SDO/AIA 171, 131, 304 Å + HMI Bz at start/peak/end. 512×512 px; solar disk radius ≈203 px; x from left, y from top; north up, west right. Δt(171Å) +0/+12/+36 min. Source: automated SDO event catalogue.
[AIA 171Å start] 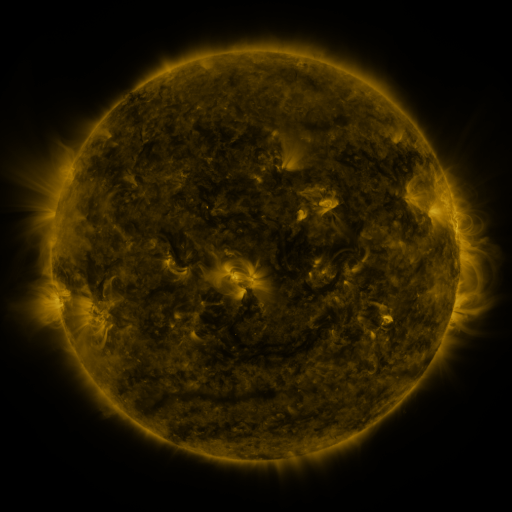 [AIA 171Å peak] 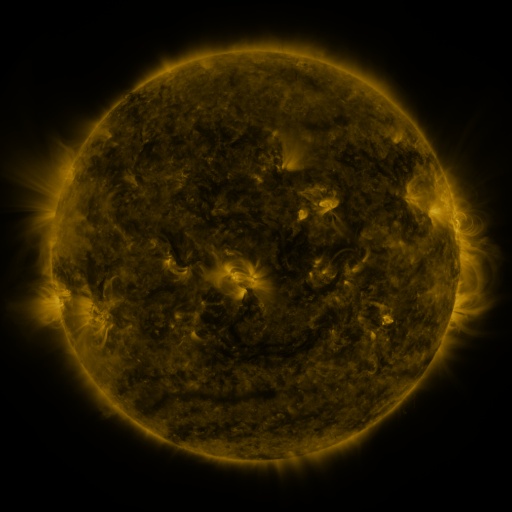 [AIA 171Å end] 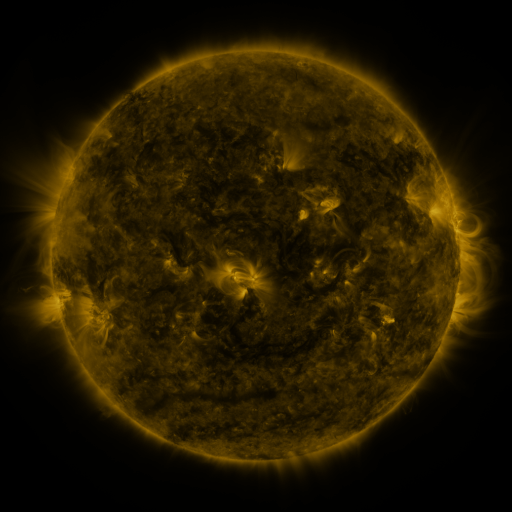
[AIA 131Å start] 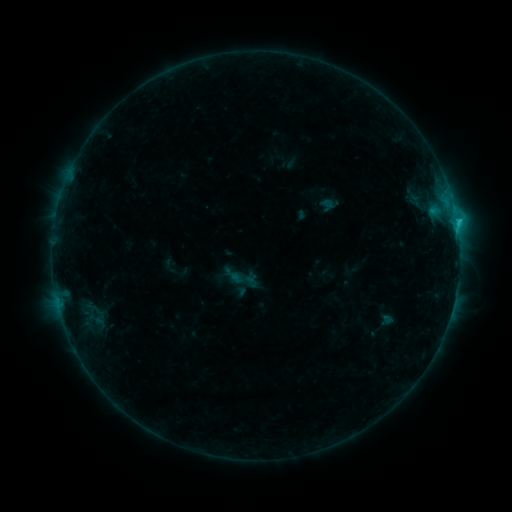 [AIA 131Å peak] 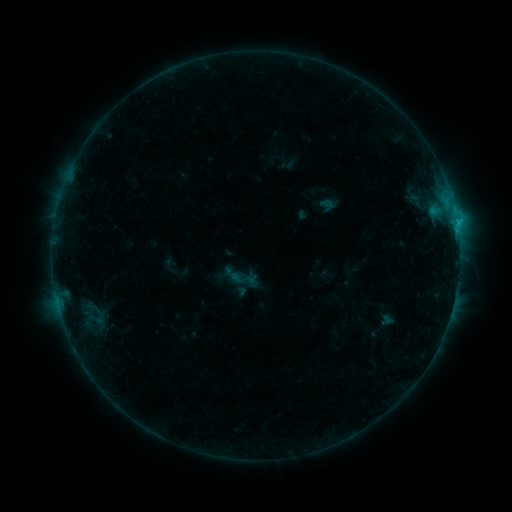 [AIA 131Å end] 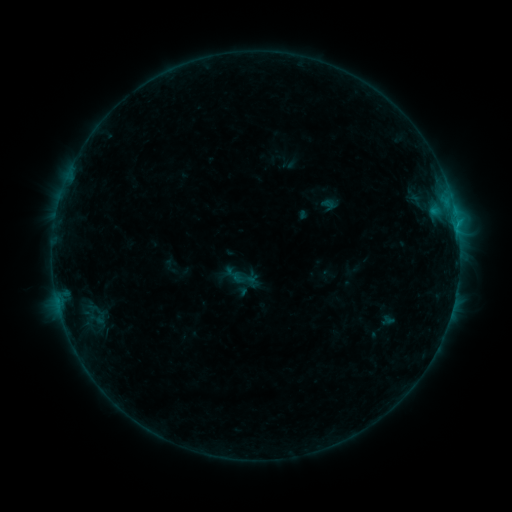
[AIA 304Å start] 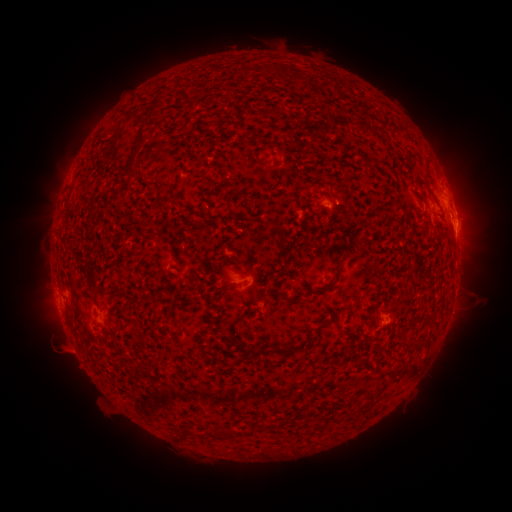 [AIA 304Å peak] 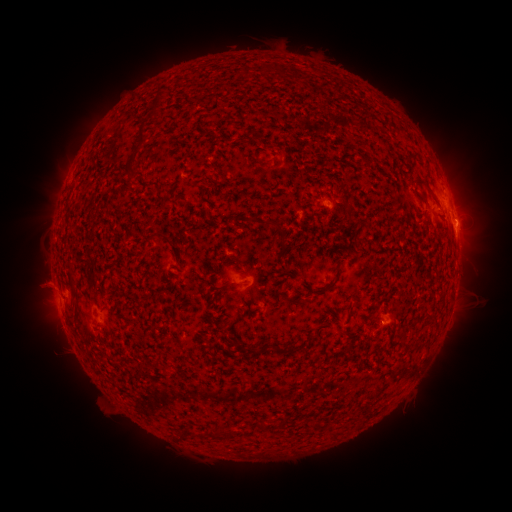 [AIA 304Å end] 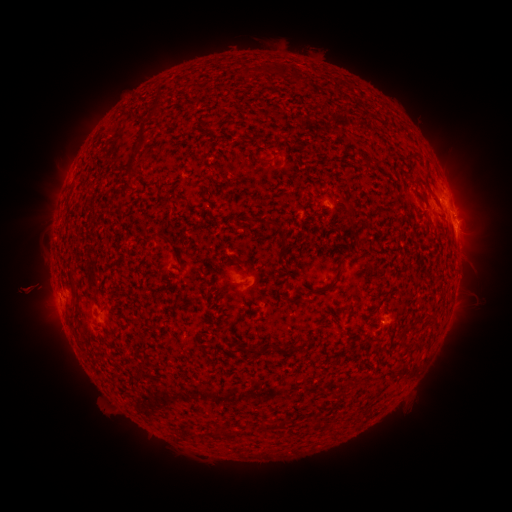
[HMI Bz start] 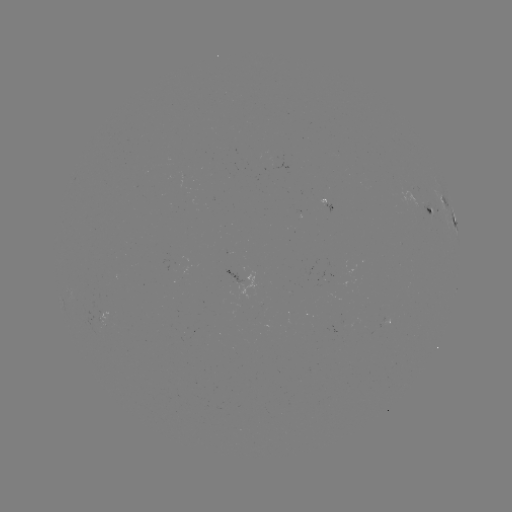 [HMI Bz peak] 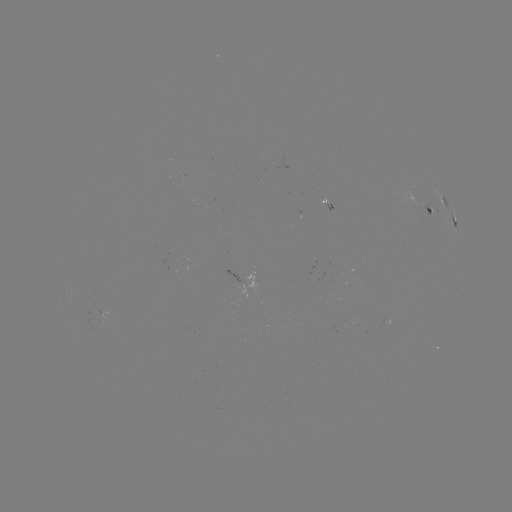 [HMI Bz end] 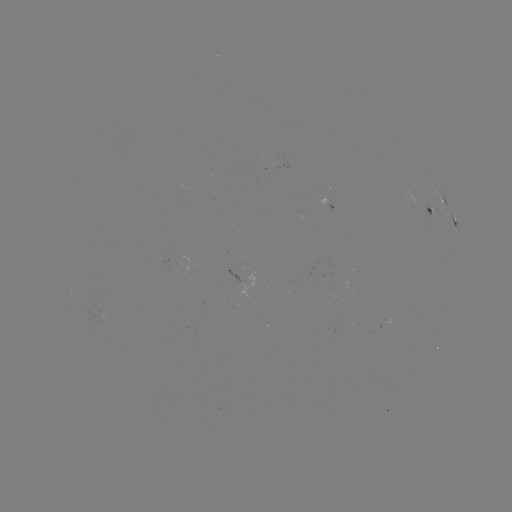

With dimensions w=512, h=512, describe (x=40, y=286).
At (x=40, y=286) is eruption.